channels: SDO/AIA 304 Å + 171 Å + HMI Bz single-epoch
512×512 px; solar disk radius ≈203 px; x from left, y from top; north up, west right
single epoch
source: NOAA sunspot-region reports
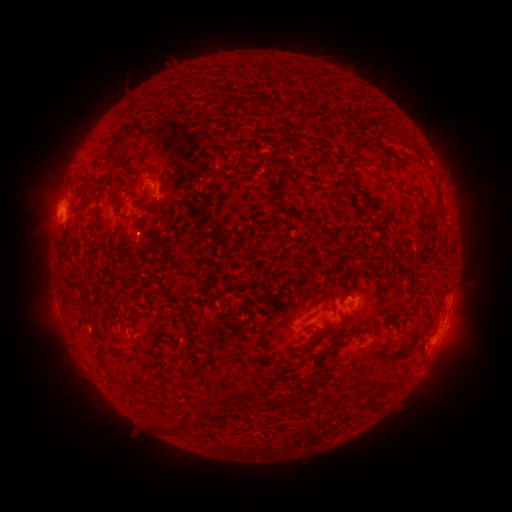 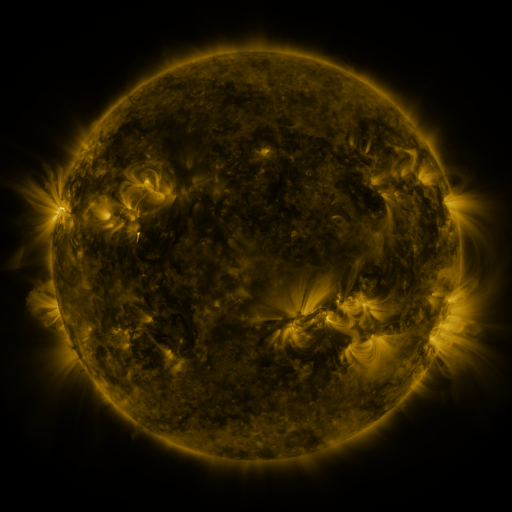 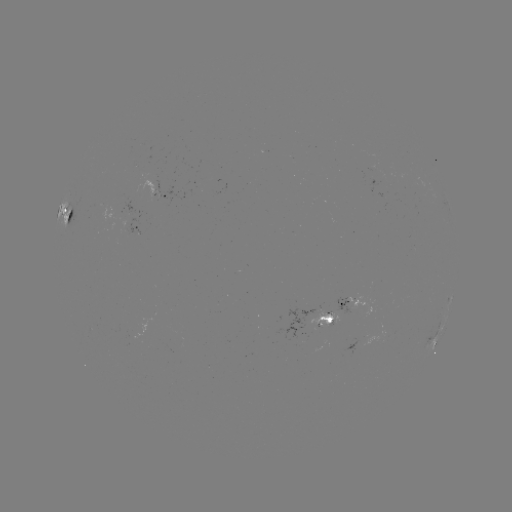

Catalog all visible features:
spotted active region: (156, 199)
spotted active region: (70, 219)
spotted active region: (128, 231)
spotted active region: (357, 298)
spotted active region: (334, 311)
spotted active region: (446, 325)
spotted active region: (434, 342)
